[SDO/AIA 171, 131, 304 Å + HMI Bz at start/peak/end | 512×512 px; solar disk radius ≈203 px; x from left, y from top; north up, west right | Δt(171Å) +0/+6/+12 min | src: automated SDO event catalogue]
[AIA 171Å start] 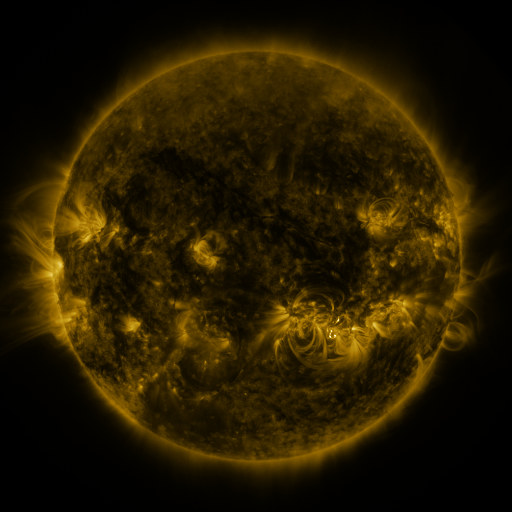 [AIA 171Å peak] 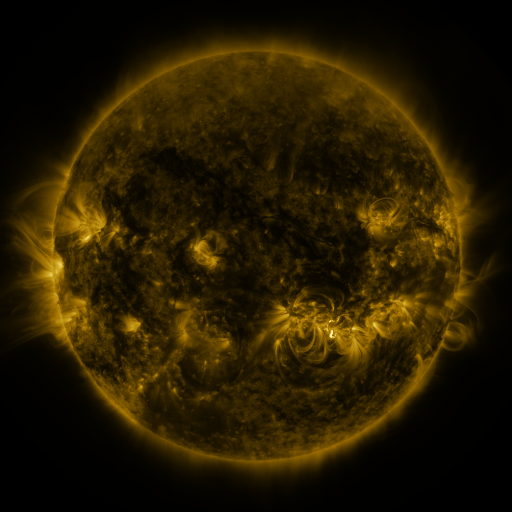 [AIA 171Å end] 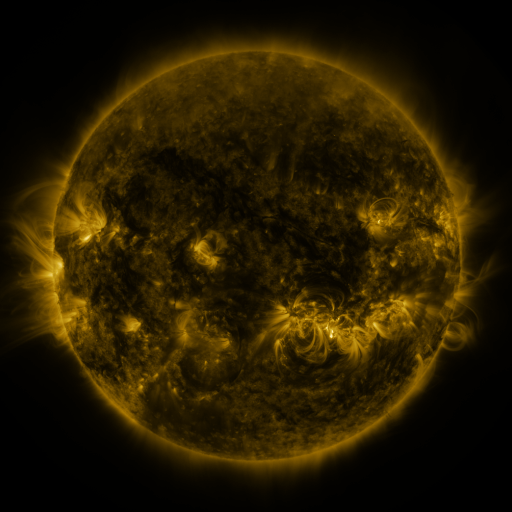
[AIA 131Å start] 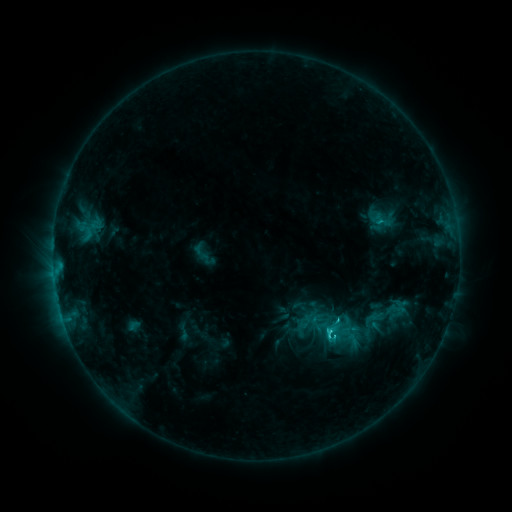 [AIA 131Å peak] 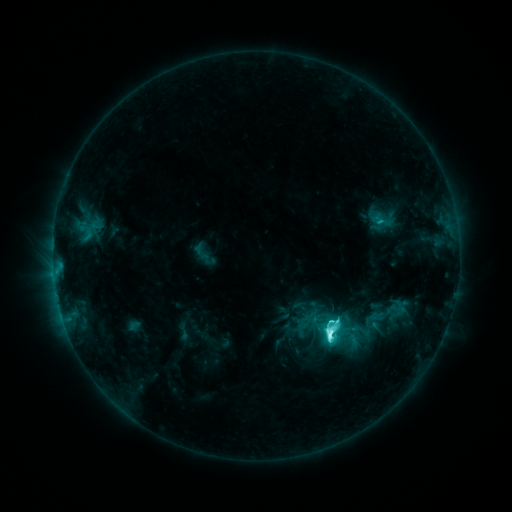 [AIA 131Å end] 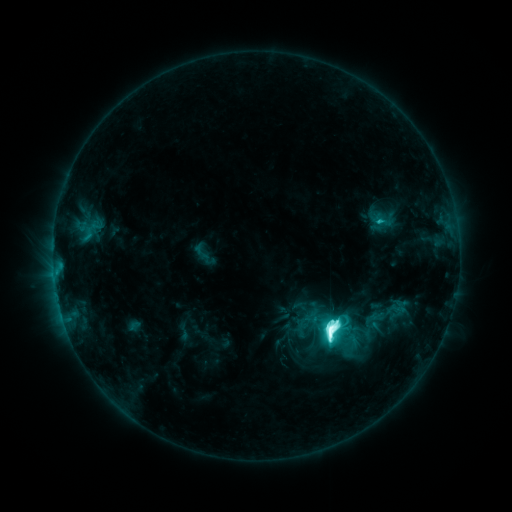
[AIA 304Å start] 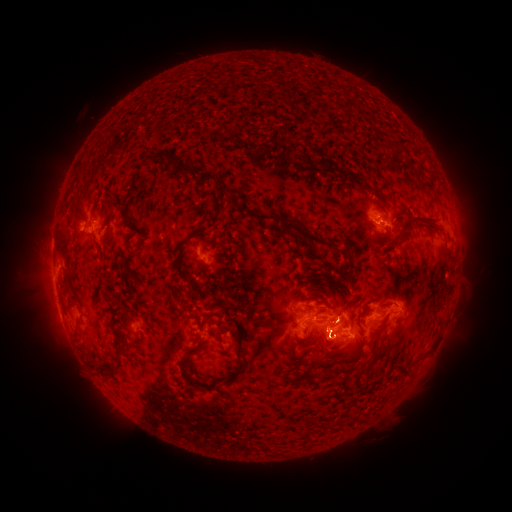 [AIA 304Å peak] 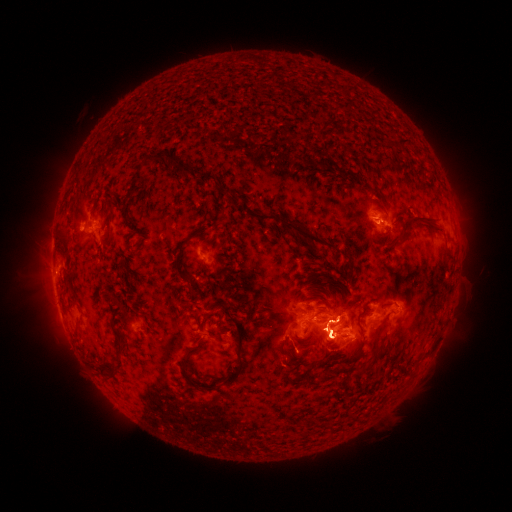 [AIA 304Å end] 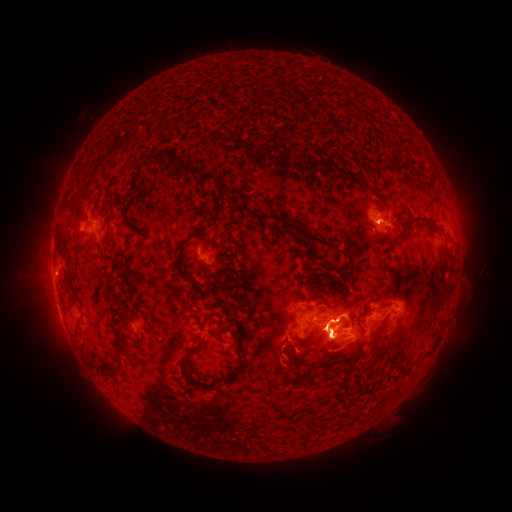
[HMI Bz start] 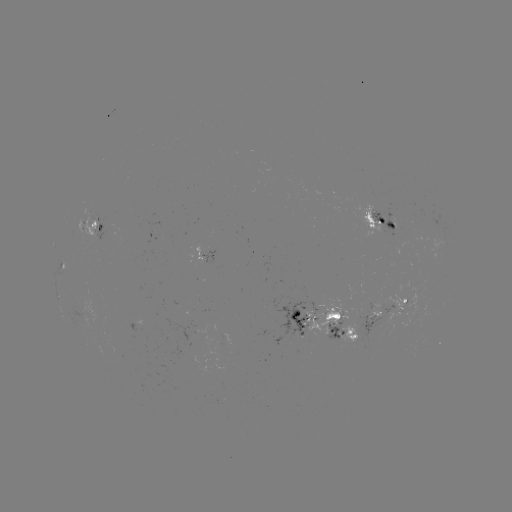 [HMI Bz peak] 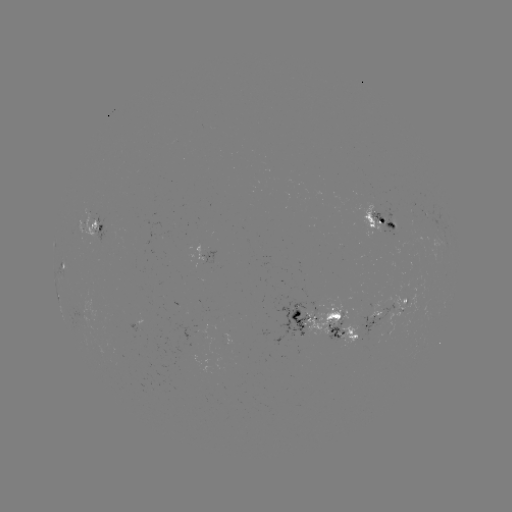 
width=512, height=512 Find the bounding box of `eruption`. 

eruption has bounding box [307, 292, 363, 376].